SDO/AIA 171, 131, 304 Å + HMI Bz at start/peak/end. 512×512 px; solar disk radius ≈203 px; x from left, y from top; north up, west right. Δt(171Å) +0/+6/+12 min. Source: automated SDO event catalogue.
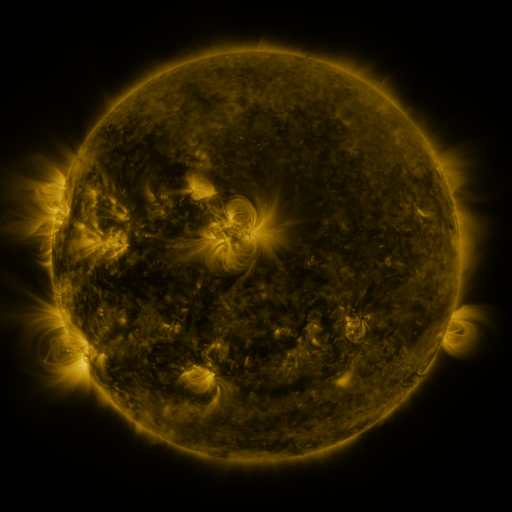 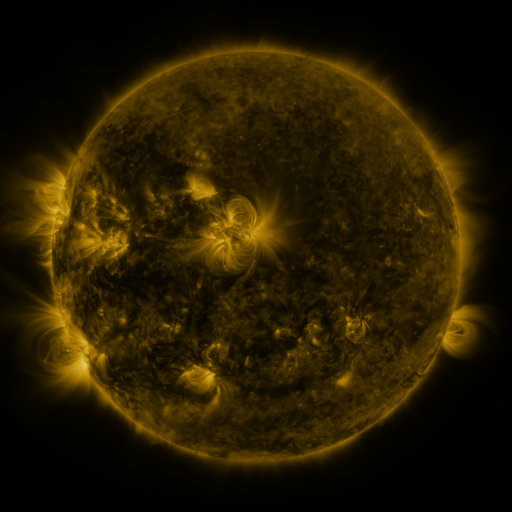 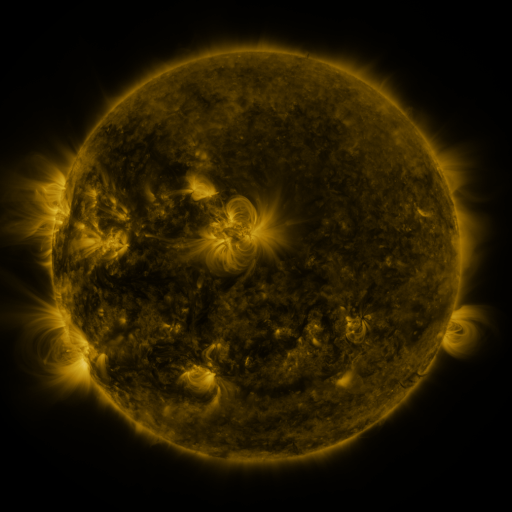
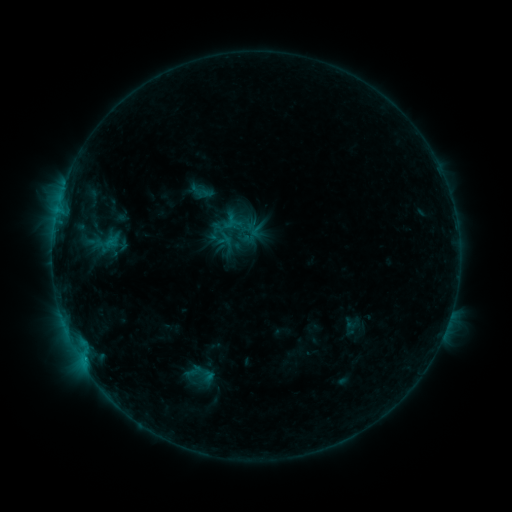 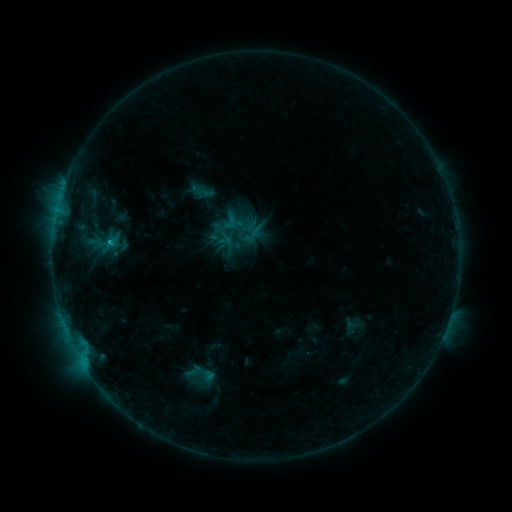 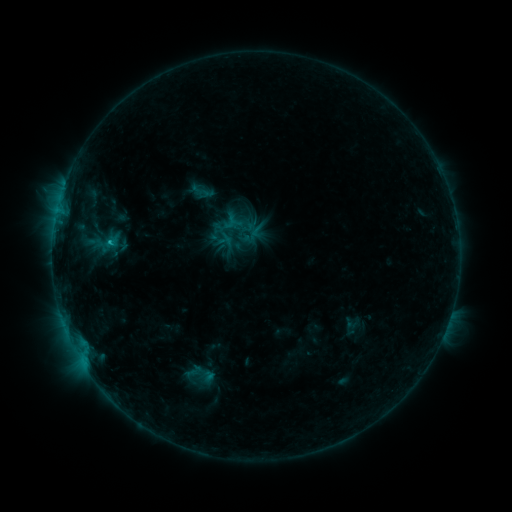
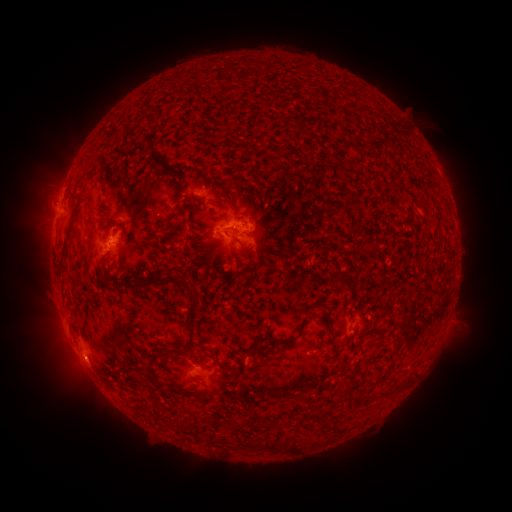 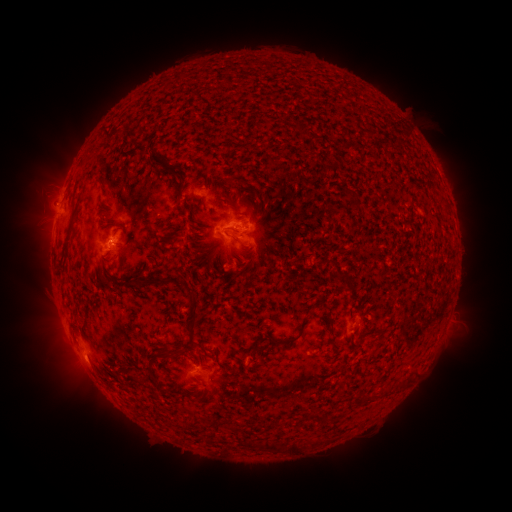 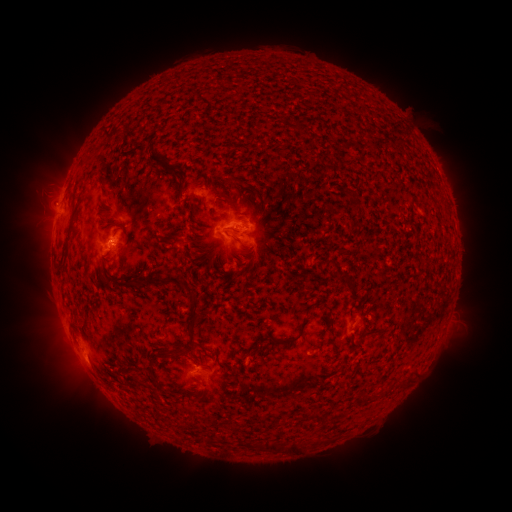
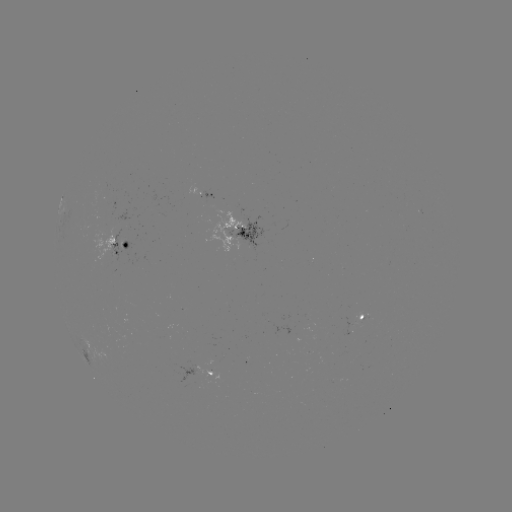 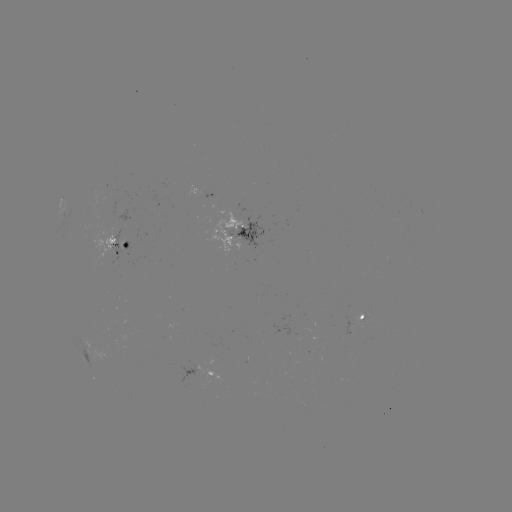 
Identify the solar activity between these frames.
C1.1 flare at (110, 245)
